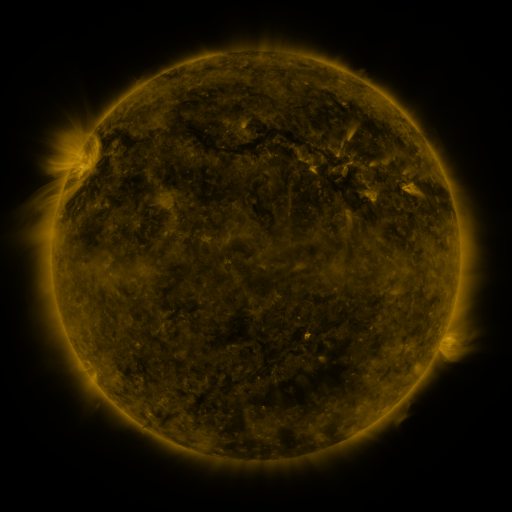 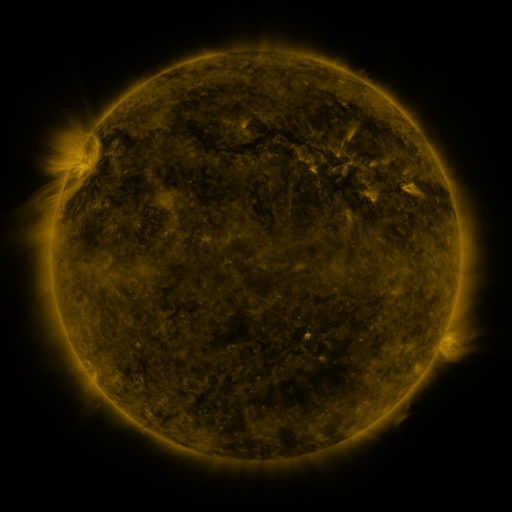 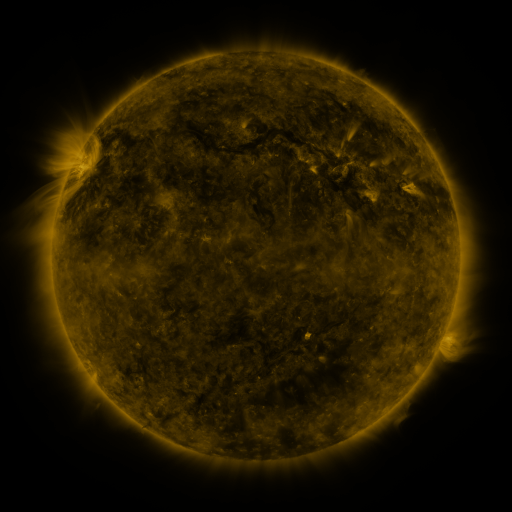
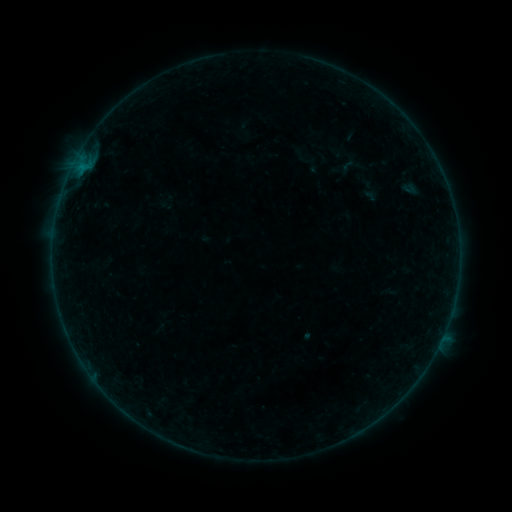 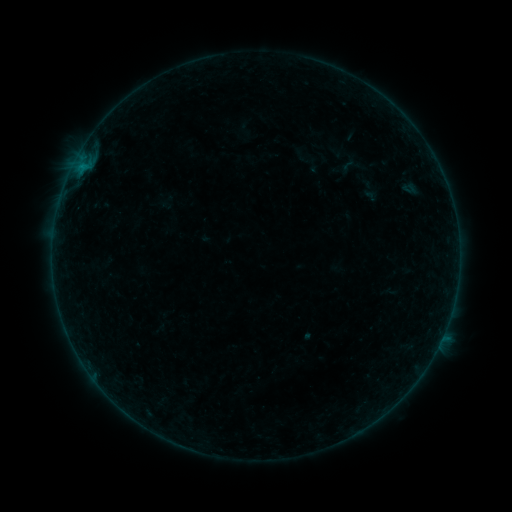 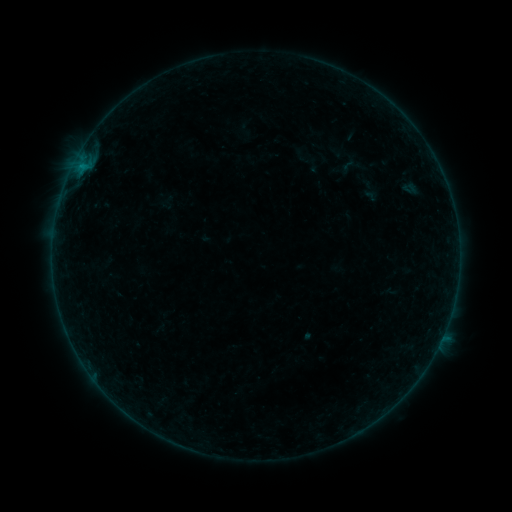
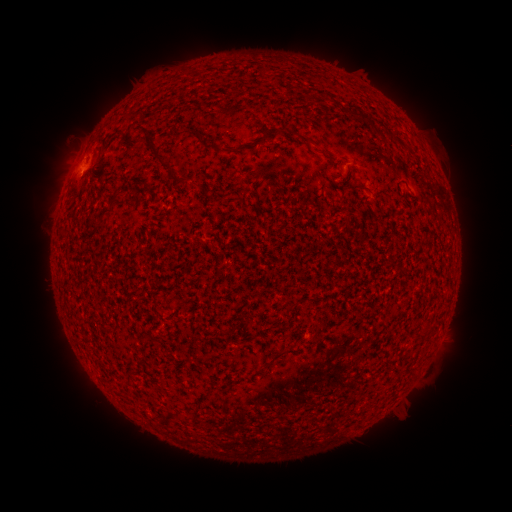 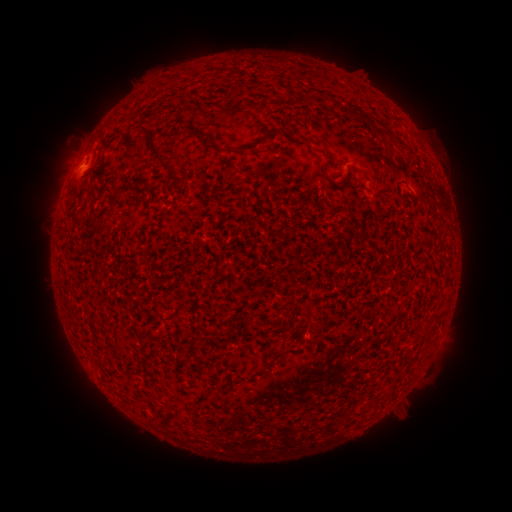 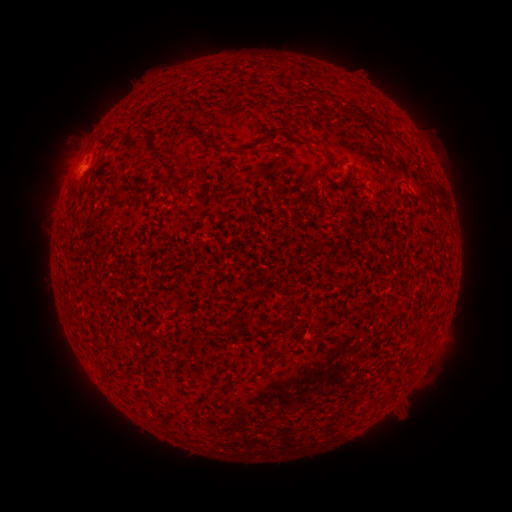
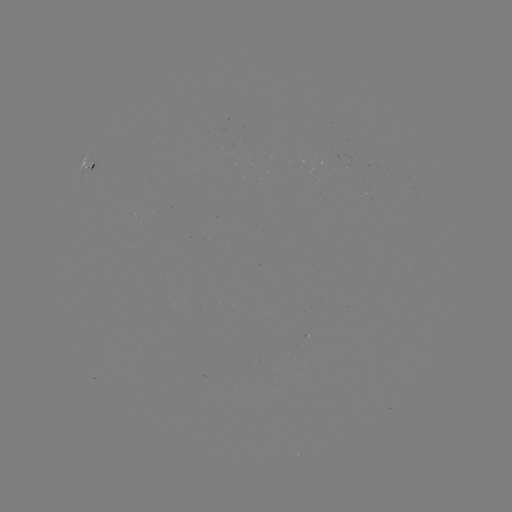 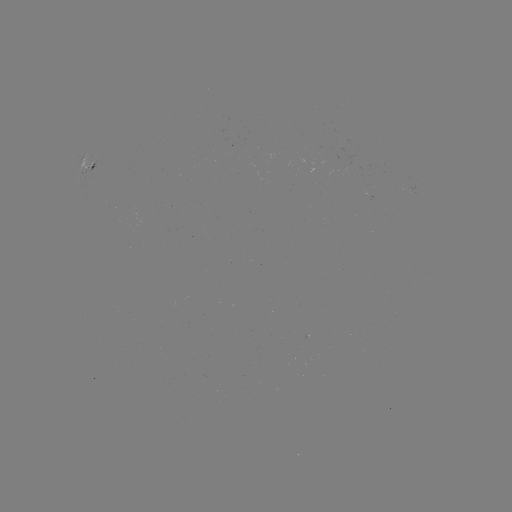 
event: flare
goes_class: B1.6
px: (81, 168)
